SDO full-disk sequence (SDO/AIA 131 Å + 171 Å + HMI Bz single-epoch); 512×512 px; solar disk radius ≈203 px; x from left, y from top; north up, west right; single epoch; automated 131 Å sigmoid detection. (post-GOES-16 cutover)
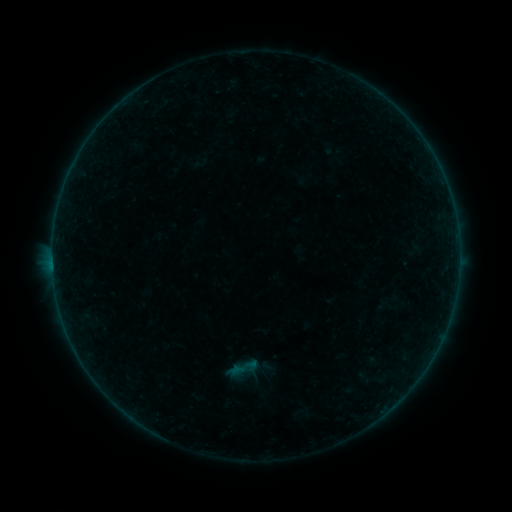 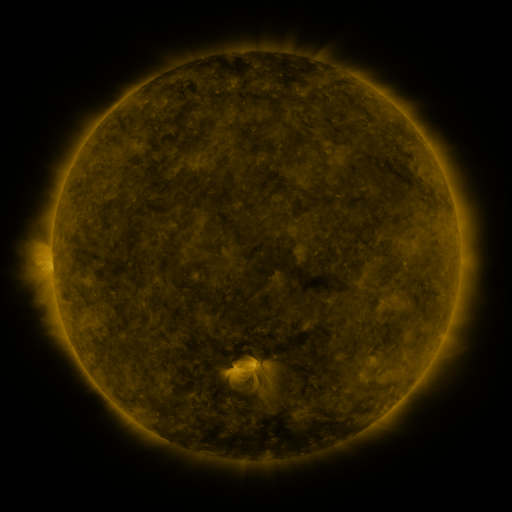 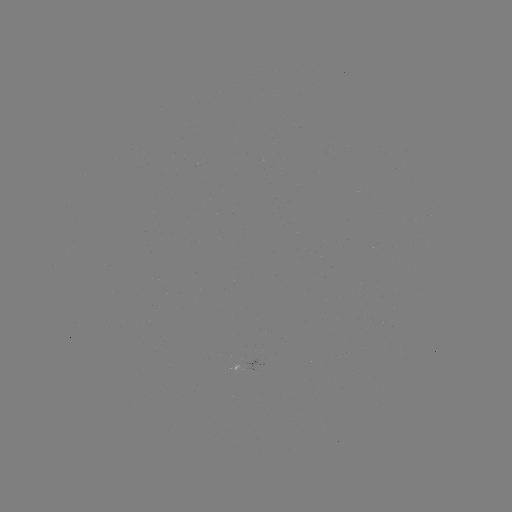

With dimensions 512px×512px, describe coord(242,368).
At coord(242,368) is sigmoid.